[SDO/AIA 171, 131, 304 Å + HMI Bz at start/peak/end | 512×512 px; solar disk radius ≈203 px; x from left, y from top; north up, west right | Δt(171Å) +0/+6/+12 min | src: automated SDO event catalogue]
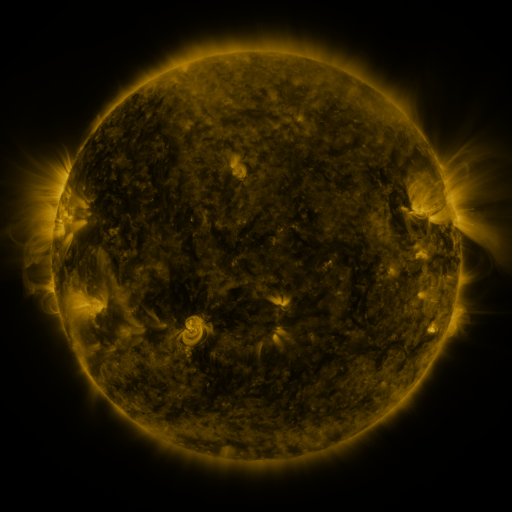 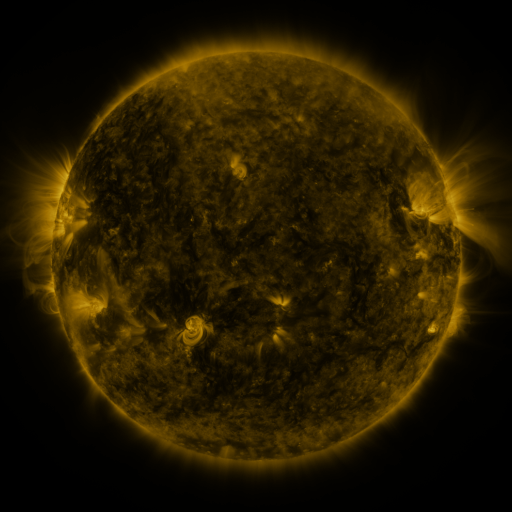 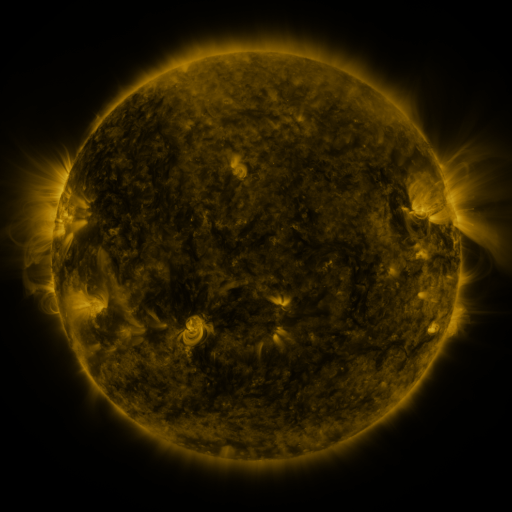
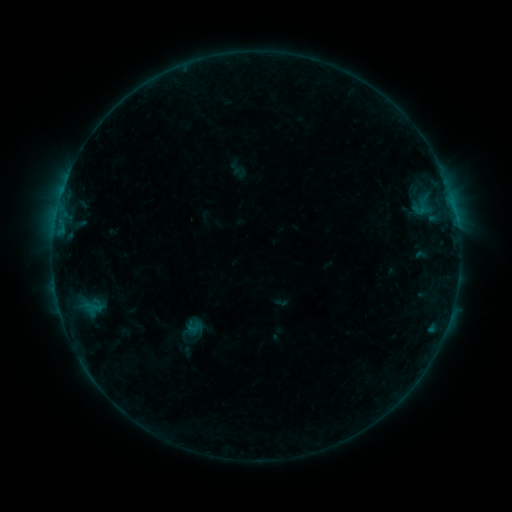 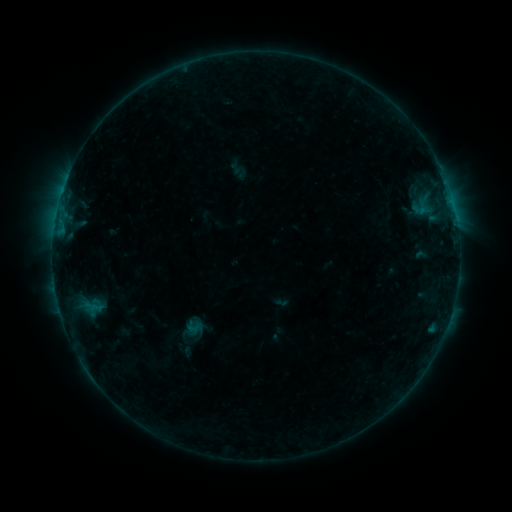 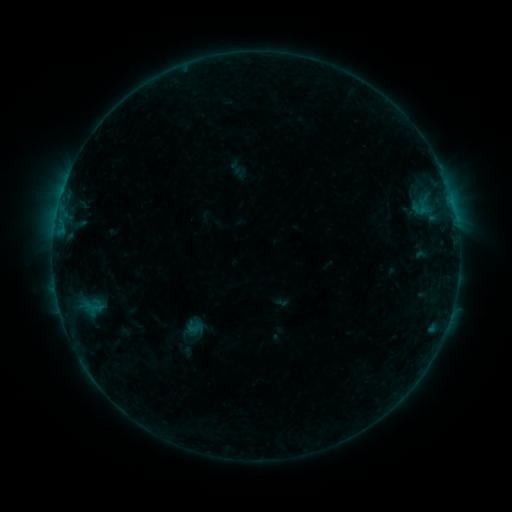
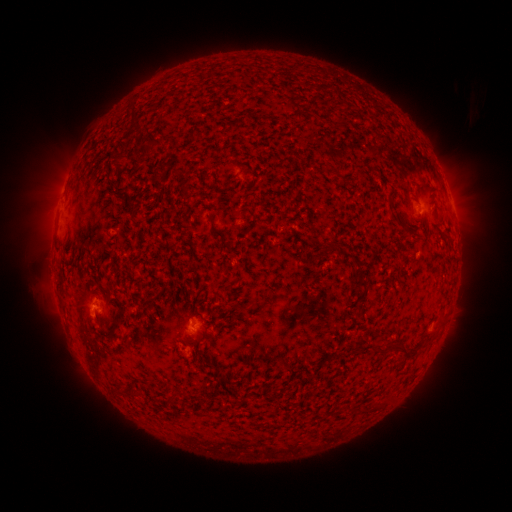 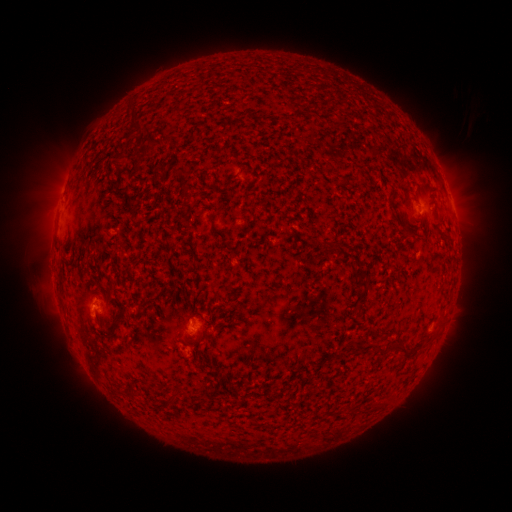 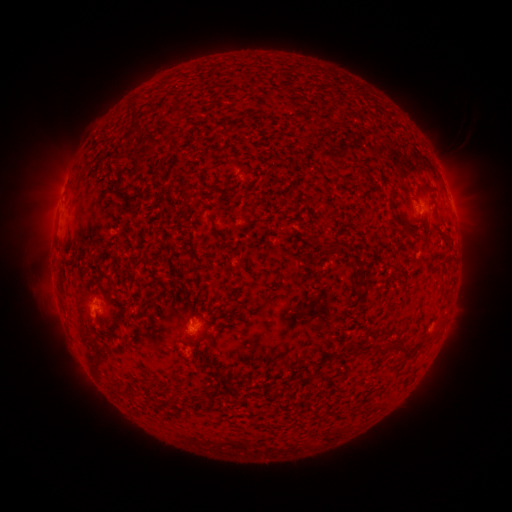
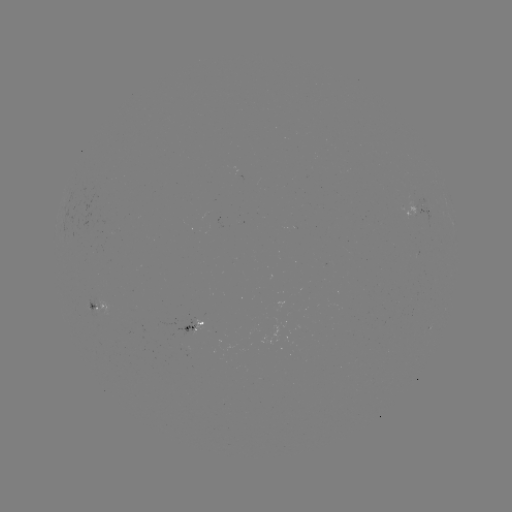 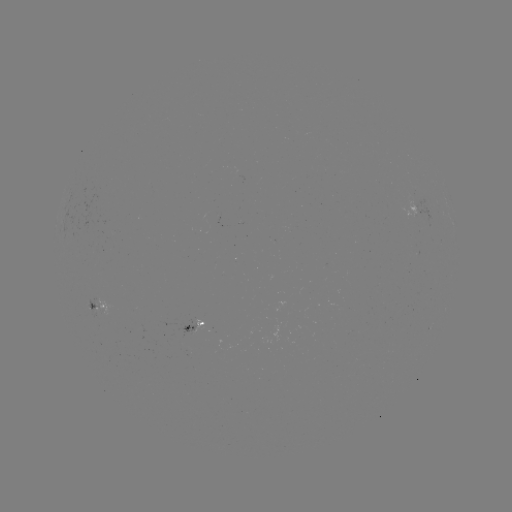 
no classed flare was catalogued and no EUV brightening was flagged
